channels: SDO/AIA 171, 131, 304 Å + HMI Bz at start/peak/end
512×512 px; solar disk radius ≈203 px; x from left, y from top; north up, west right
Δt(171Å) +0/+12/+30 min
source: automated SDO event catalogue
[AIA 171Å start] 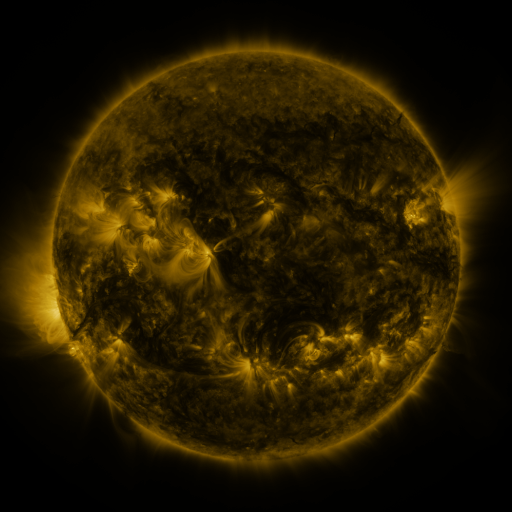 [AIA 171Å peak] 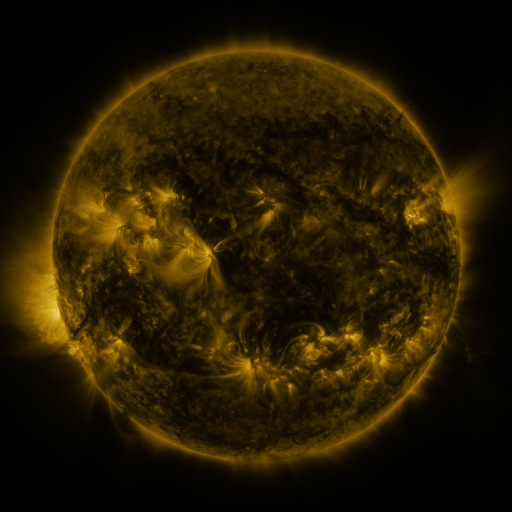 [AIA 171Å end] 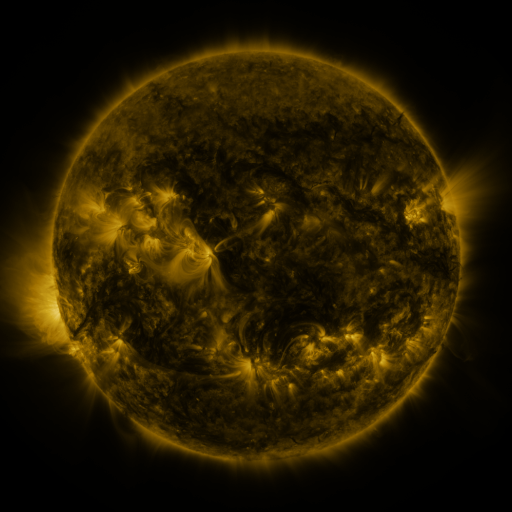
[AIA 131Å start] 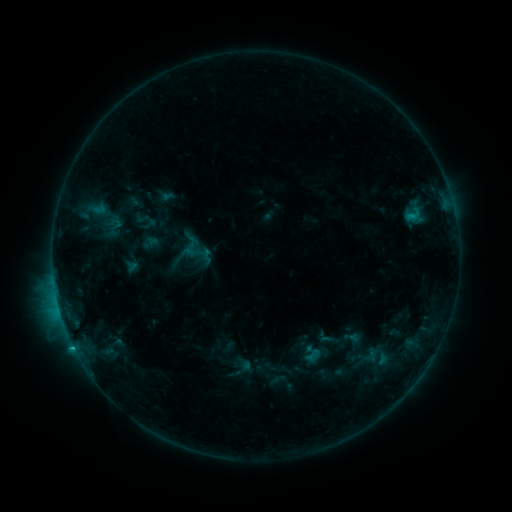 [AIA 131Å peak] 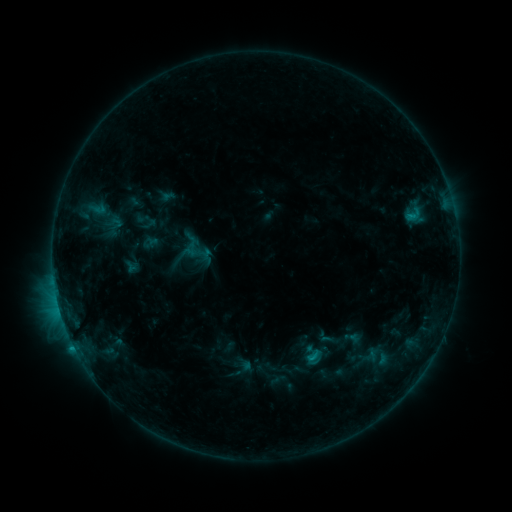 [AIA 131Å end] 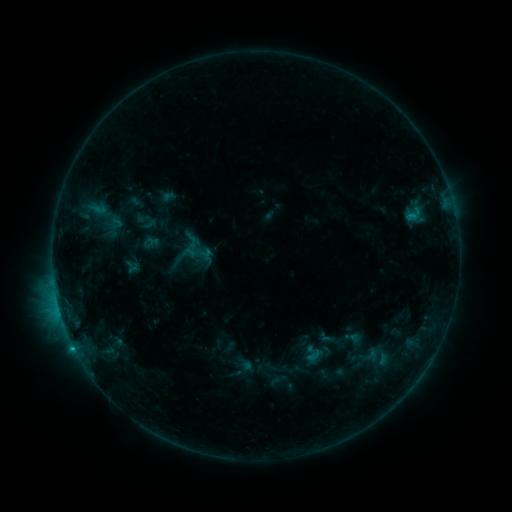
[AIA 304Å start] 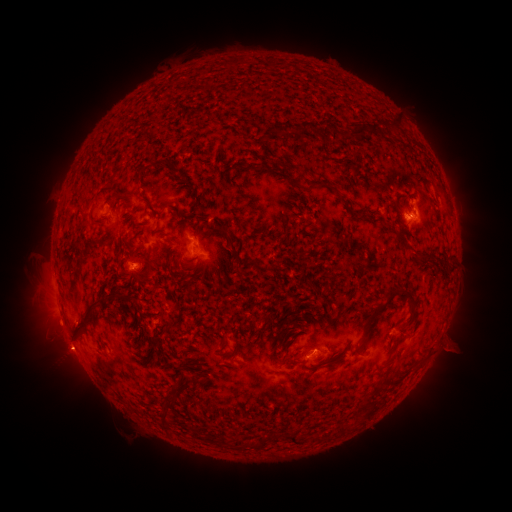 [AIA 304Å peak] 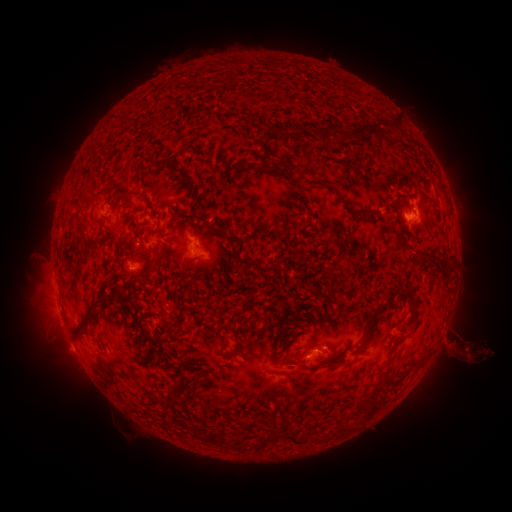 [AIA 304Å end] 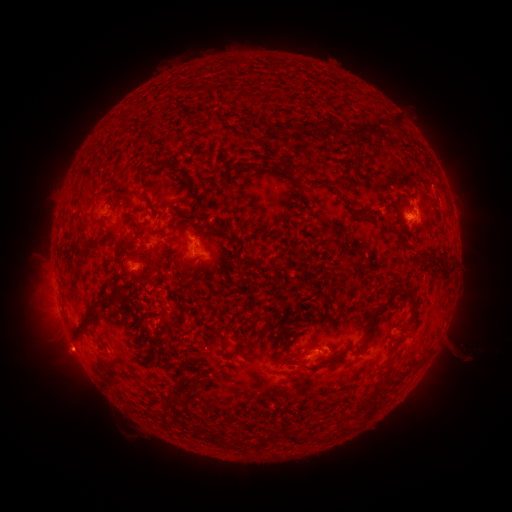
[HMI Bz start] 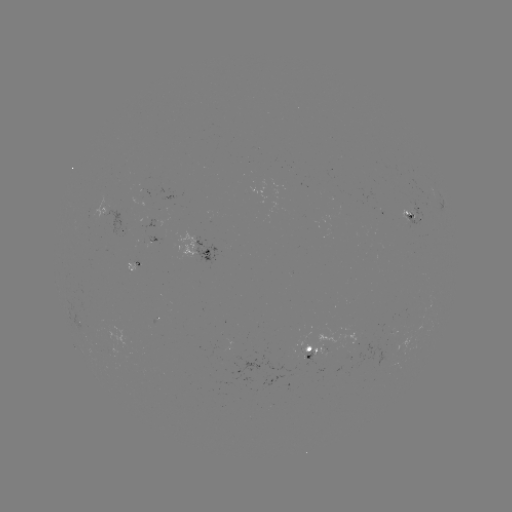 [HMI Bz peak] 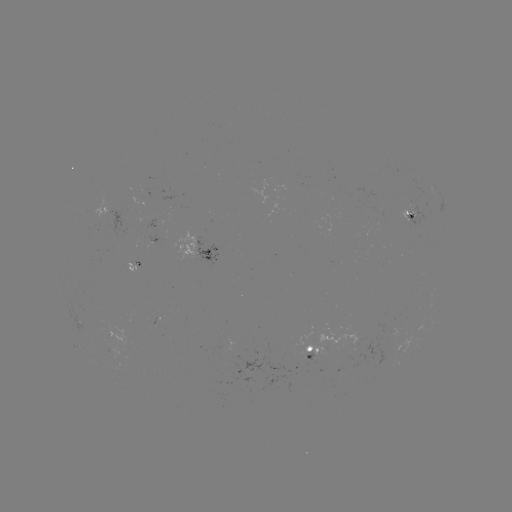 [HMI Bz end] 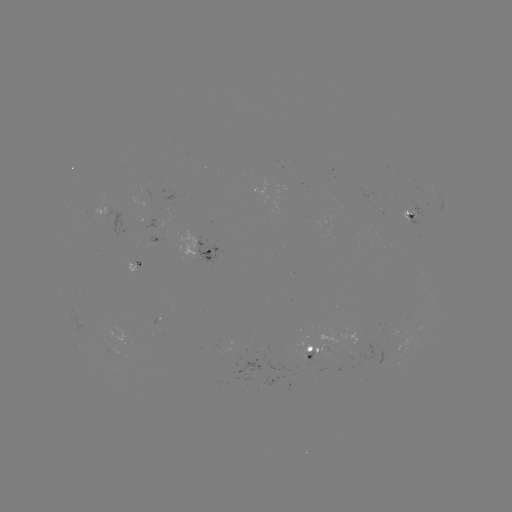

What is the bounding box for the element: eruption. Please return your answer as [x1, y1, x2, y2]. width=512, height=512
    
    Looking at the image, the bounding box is [429, 315, 510, 378].